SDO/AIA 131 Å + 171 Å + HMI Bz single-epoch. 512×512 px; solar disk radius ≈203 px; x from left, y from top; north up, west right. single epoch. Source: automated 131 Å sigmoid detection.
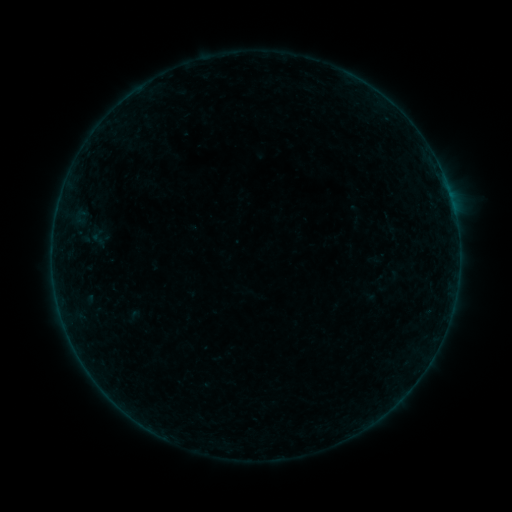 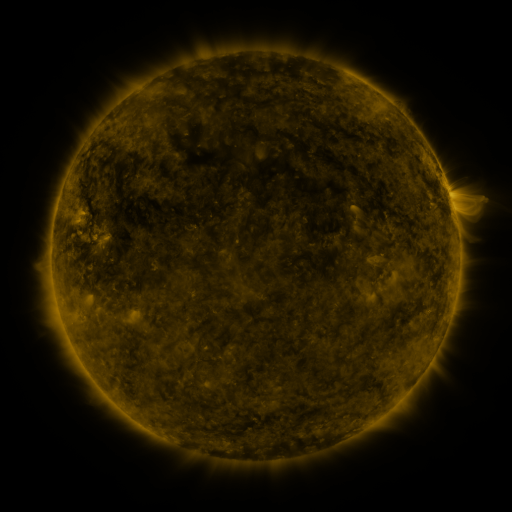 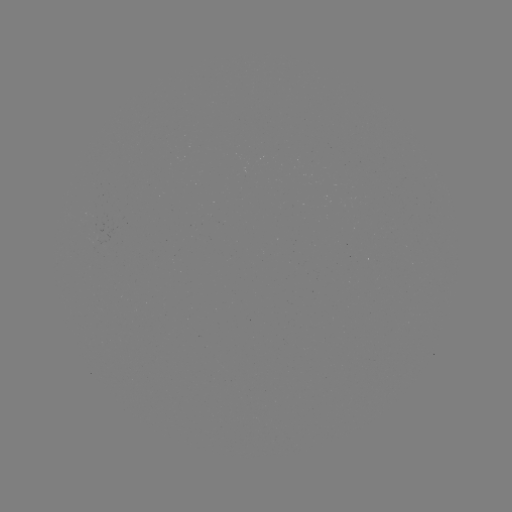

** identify sigmoid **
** (98, 238) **